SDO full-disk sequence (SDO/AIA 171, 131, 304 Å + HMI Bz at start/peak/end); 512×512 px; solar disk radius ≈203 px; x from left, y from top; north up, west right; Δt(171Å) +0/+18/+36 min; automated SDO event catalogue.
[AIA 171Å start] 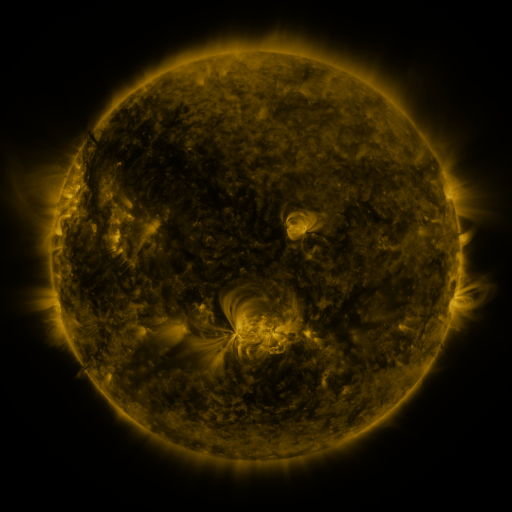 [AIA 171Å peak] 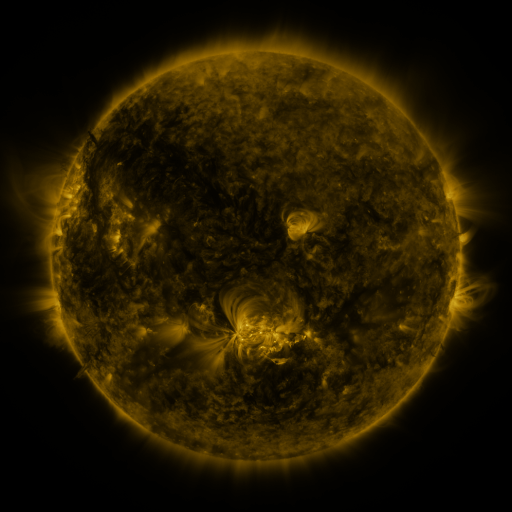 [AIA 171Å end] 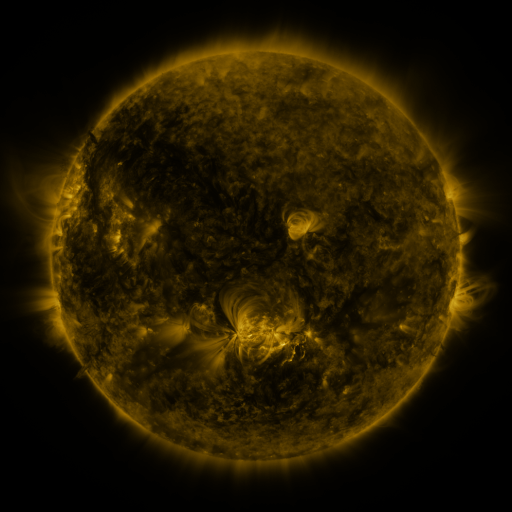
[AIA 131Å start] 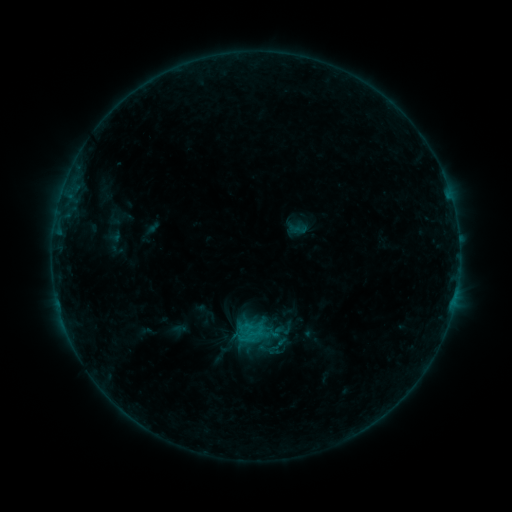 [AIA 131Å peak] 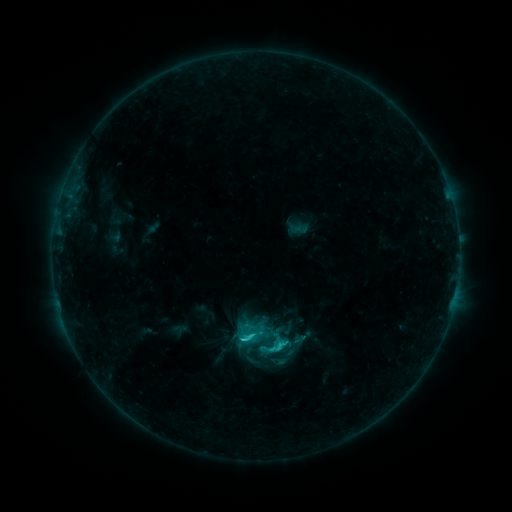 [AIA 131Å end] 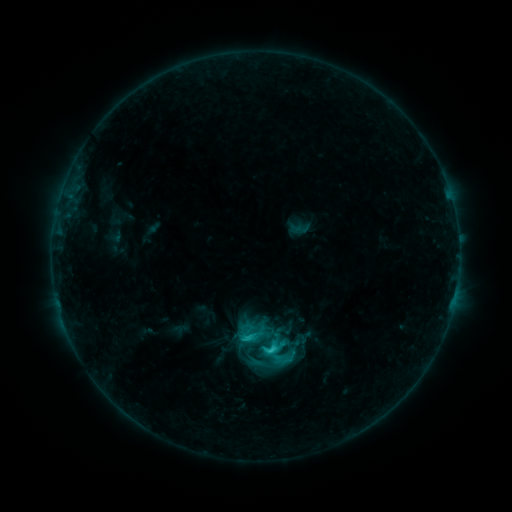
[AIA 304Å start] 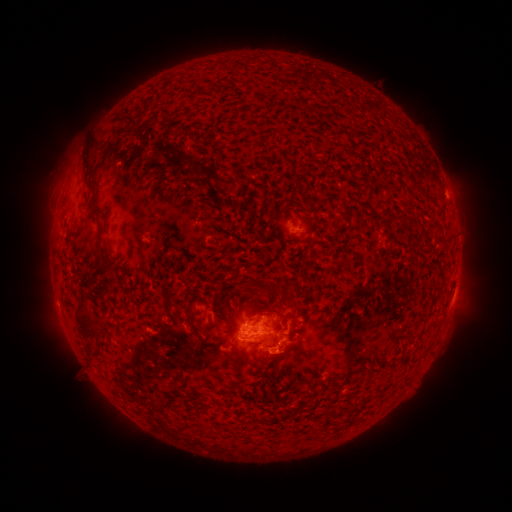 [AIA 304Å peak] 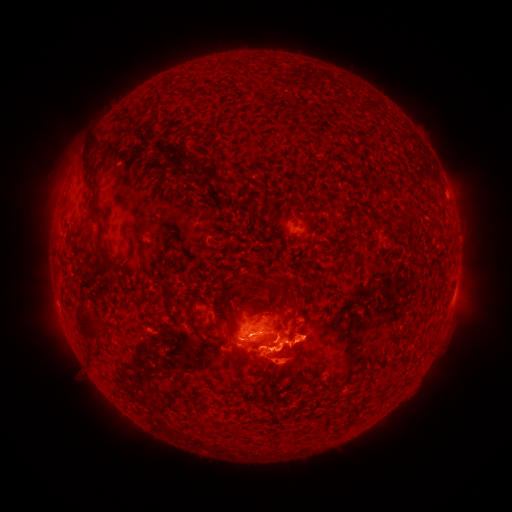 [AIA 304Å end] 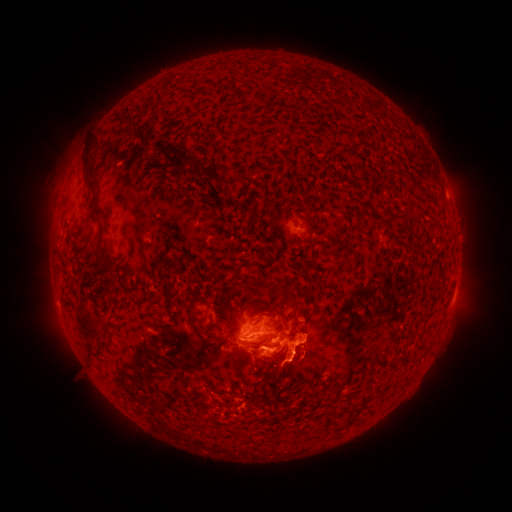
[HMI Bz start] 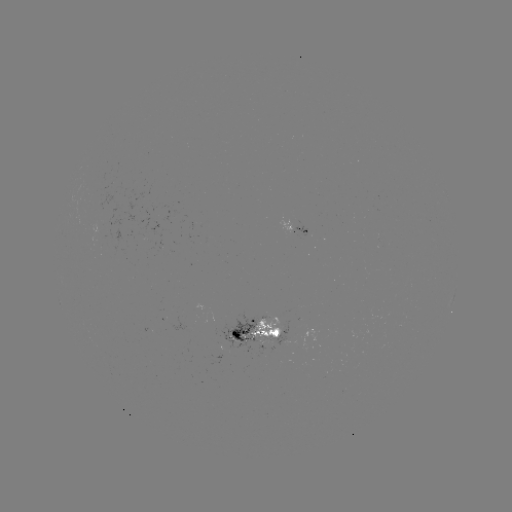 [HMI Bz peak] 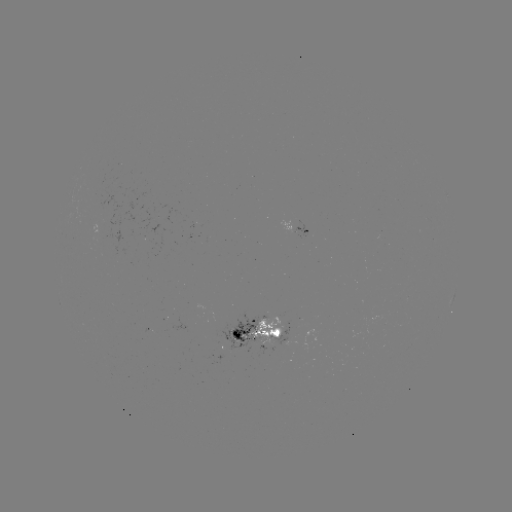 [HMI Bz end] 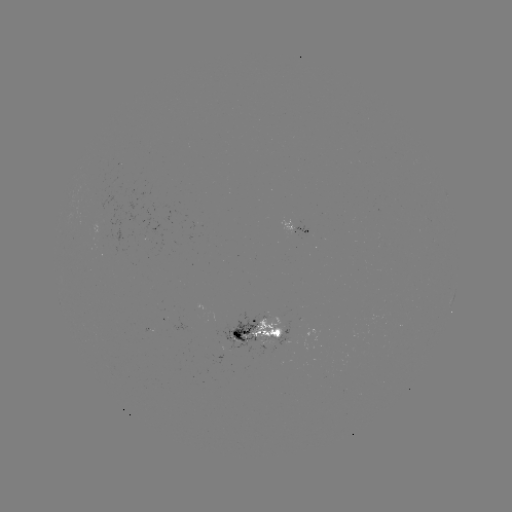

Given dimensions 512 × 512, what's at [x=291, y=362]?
eruption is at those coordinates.